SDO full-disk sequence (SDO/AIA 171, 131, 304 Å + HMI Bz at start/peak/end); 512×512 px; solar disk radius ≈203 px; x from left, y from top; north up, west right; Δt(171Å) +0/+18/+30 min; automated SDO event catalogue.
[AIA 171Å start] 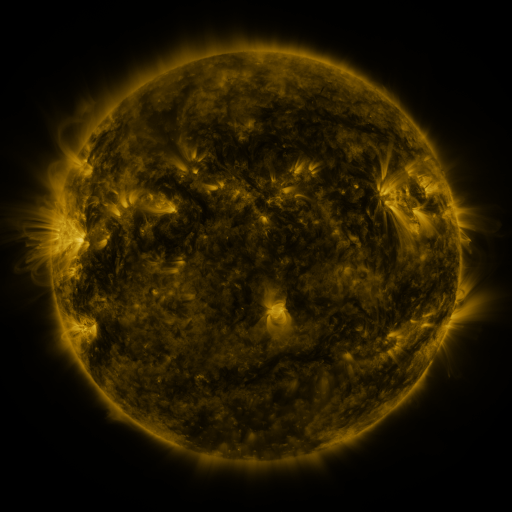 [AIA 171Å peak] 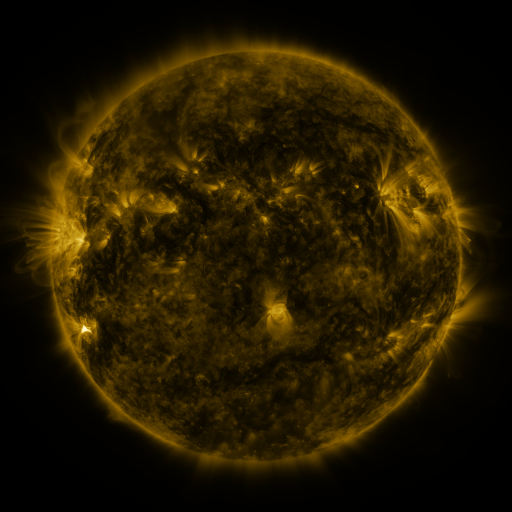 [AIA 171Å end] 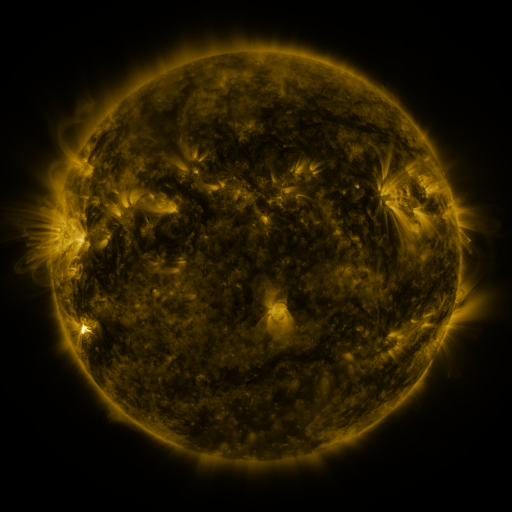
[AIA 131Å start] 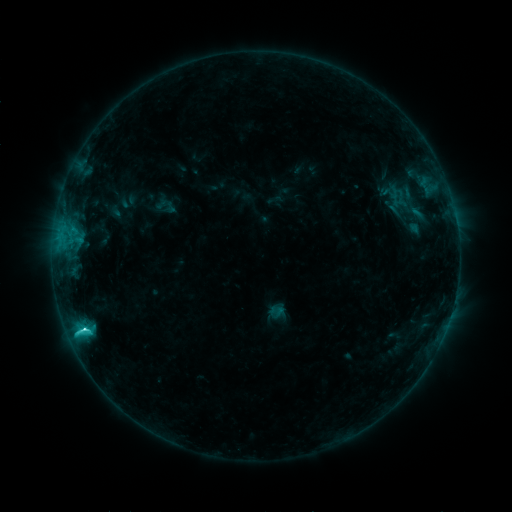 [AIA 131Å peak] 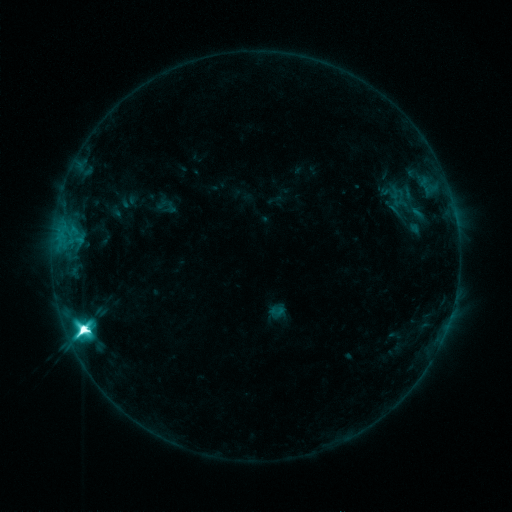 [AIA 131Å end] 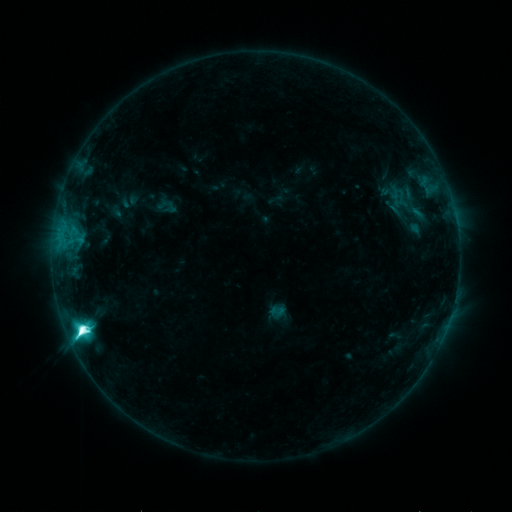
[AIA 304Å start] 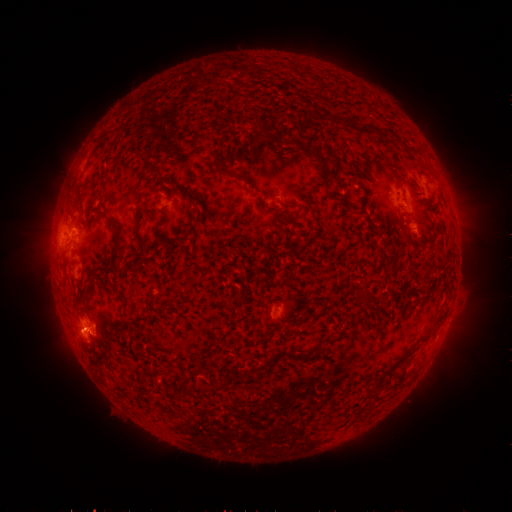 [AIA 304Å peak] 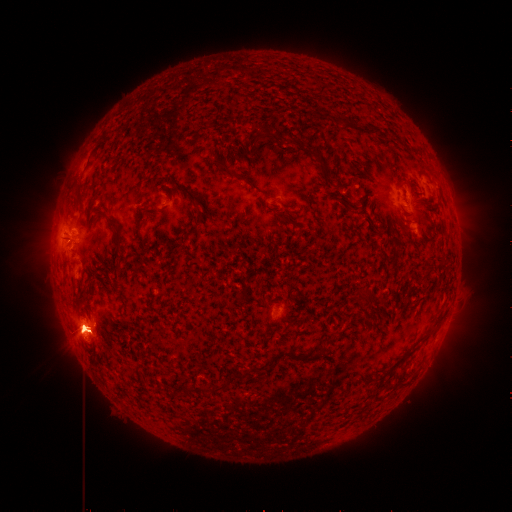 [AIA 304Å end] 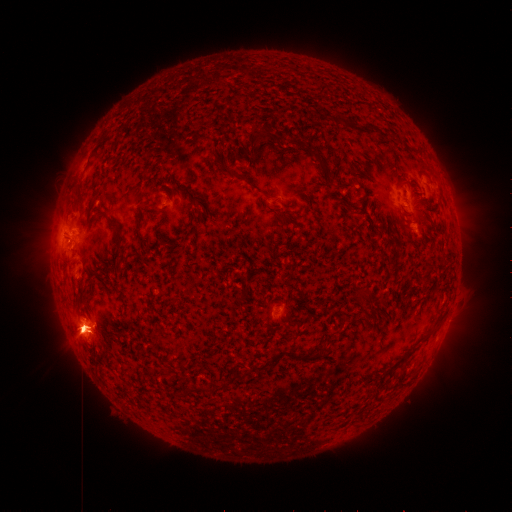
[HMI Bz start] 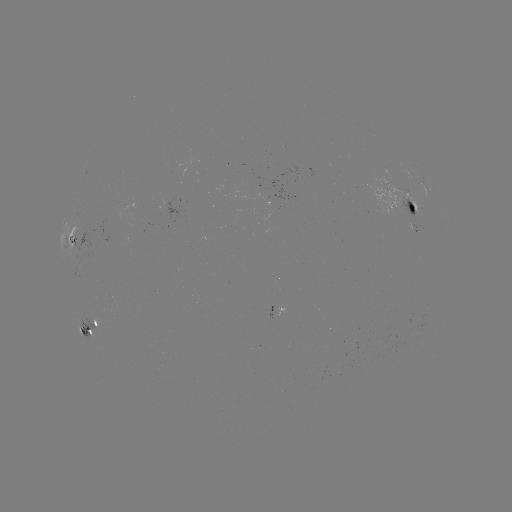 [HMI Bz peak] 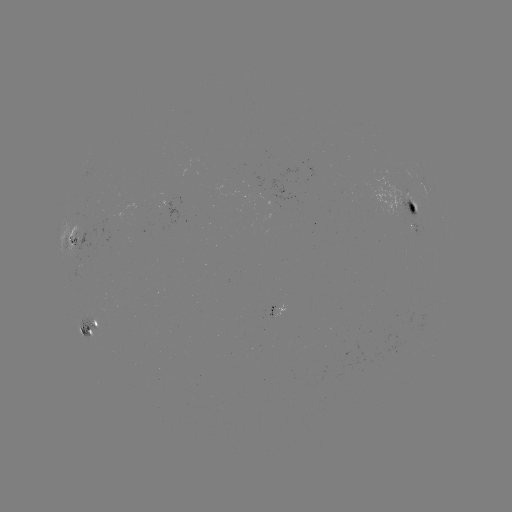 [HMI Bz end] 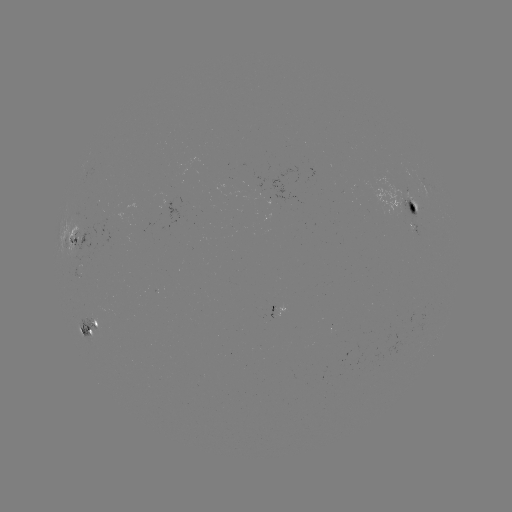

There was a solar flare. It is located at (83, 326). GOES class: M4.7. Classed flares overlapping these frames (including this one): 1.